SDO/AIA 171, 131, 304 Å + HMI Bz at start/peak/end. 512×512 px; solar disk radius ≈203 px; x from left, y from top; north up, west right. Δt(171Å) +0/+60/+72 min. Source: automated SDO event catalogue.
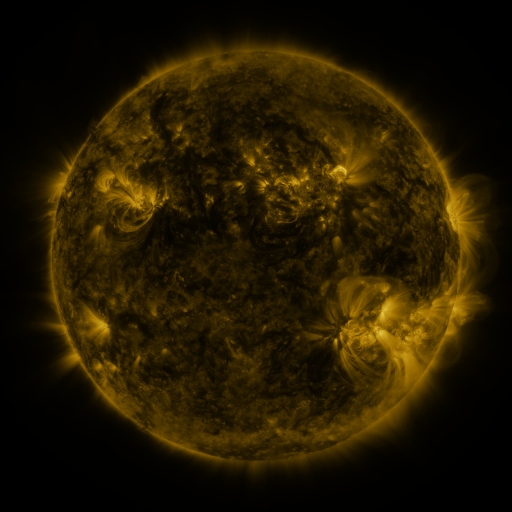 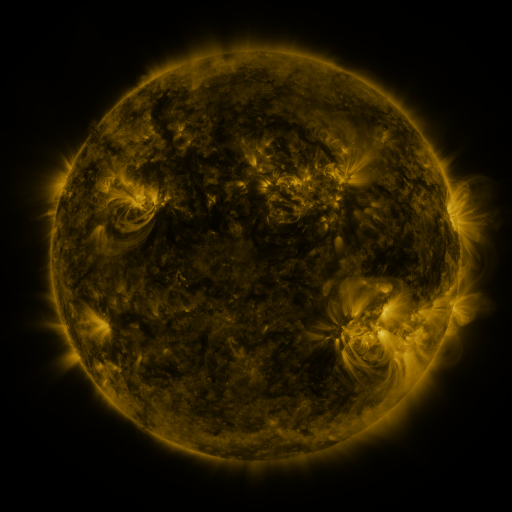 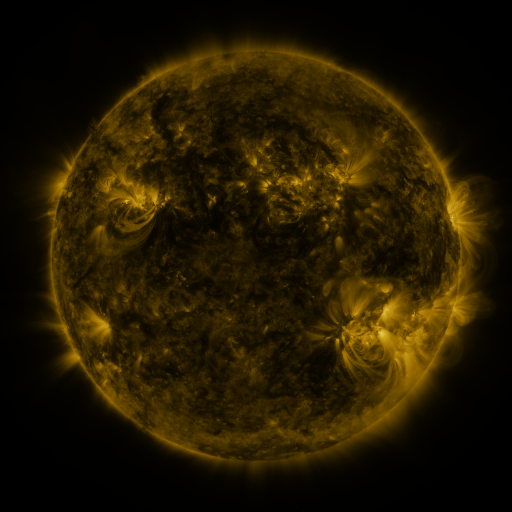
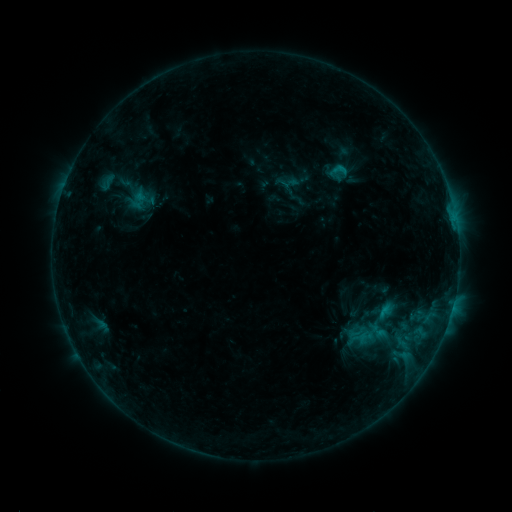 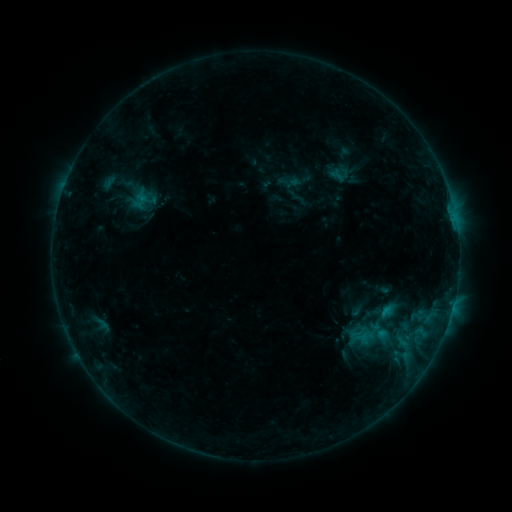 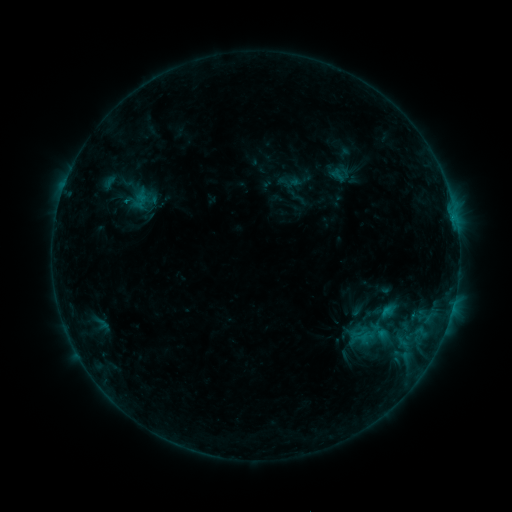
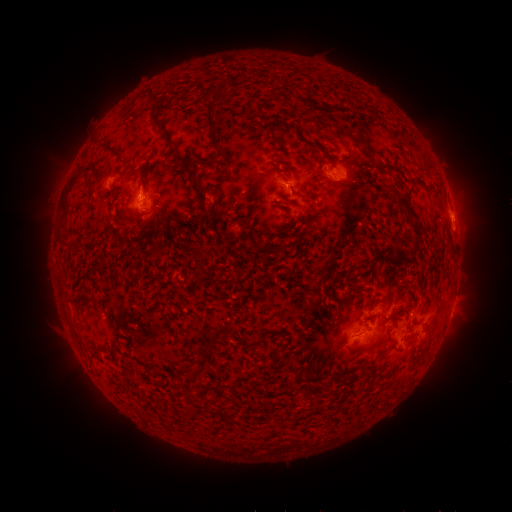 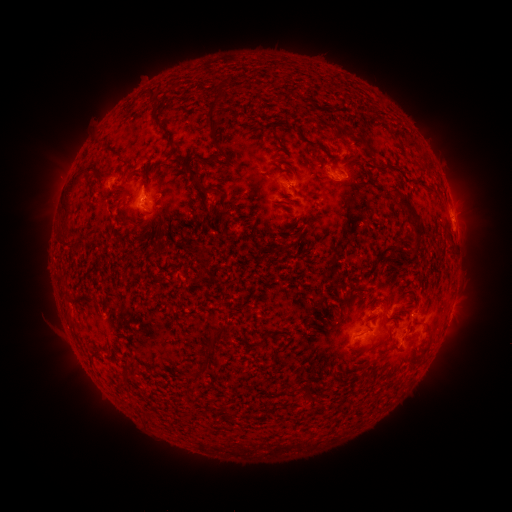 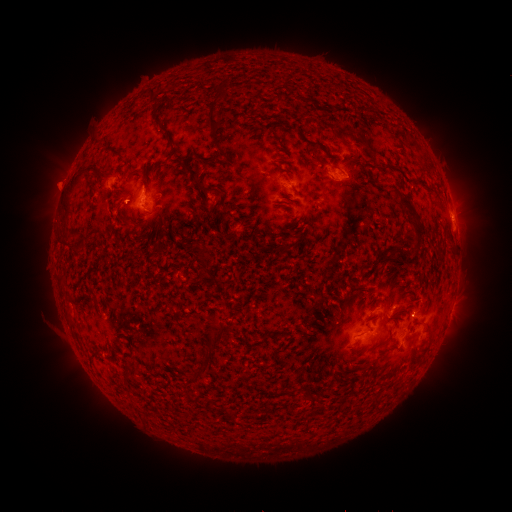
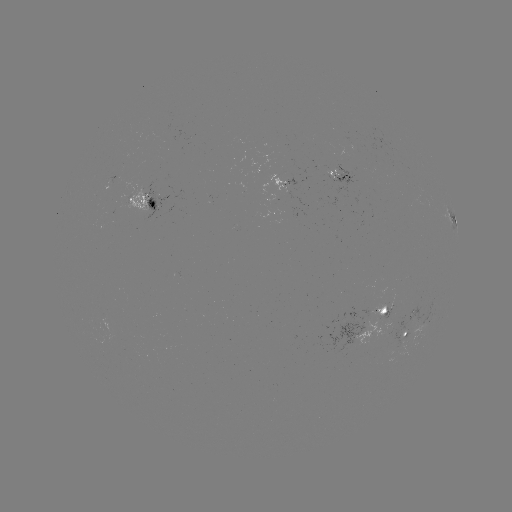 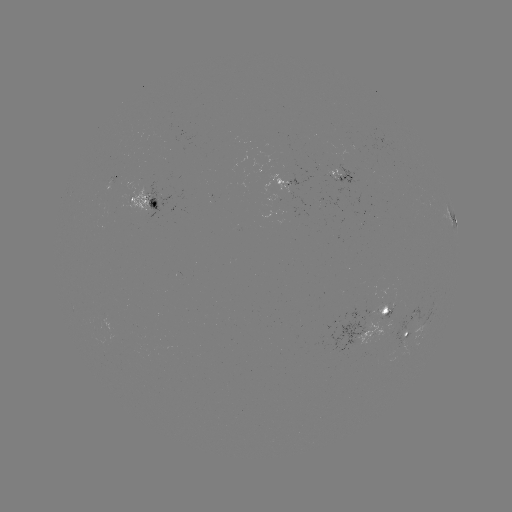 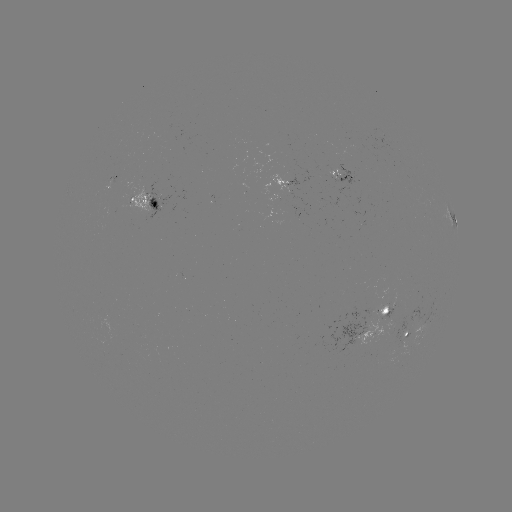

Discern emerging-flux region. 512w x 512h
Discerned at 292,184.